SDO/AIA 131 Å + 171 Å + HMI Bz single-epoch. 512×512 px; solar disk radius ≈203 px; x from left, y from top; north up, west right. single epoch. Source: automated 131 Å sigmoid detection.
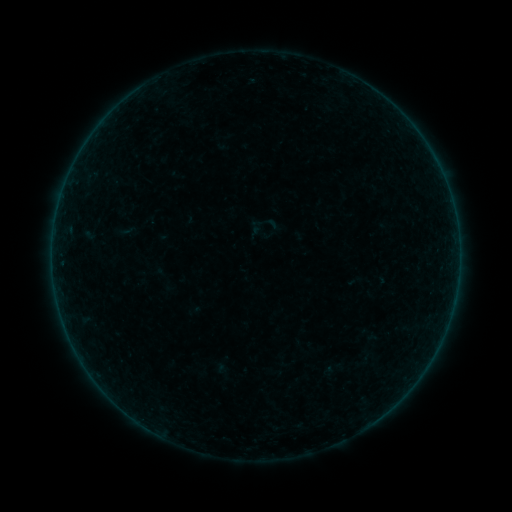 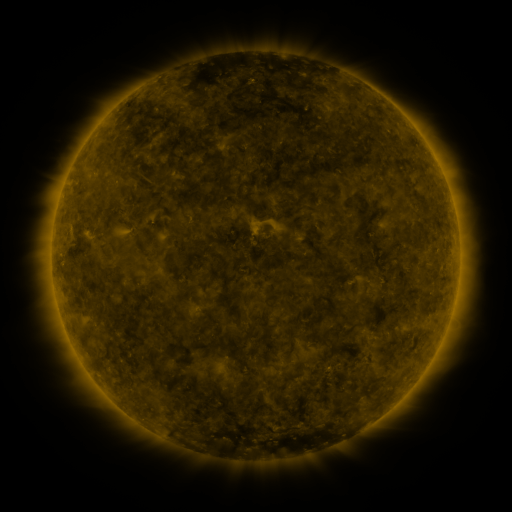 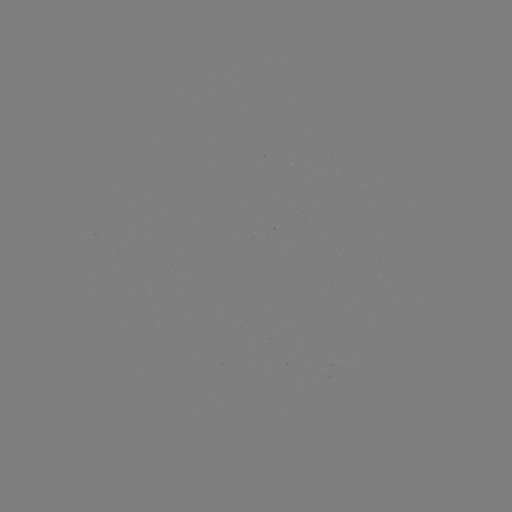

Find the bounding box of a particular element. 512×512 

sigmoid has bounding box [246, 217, 277, 248].